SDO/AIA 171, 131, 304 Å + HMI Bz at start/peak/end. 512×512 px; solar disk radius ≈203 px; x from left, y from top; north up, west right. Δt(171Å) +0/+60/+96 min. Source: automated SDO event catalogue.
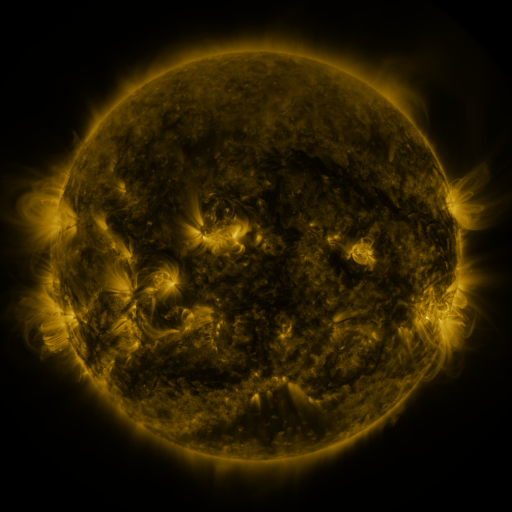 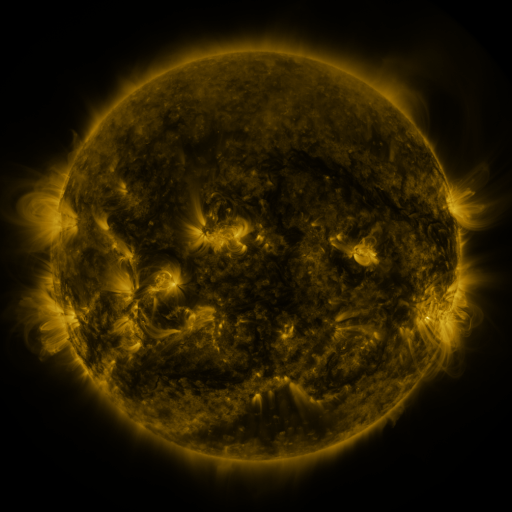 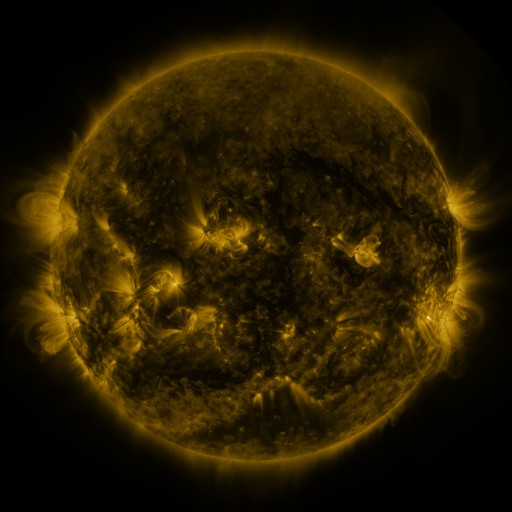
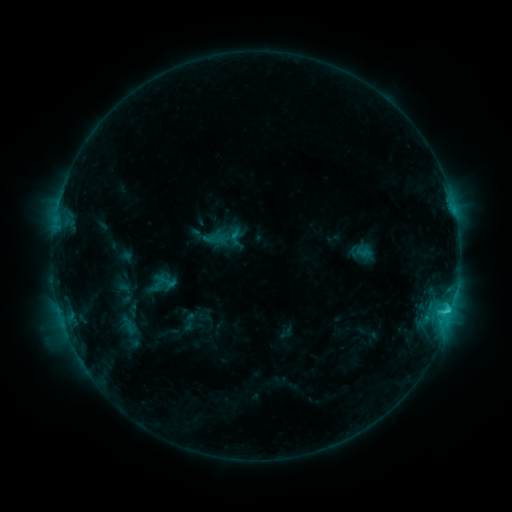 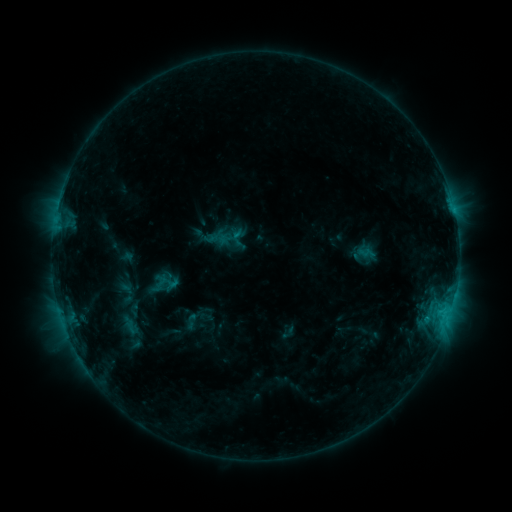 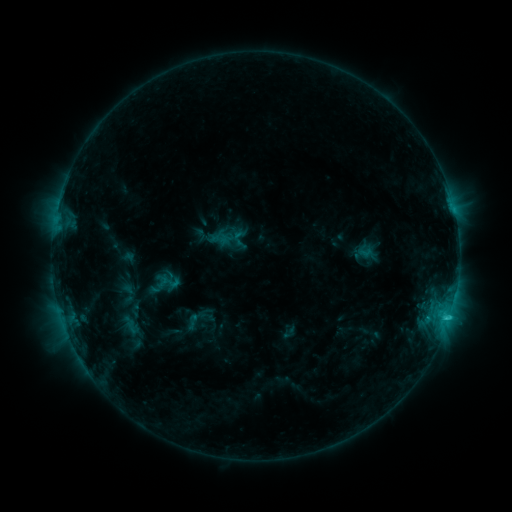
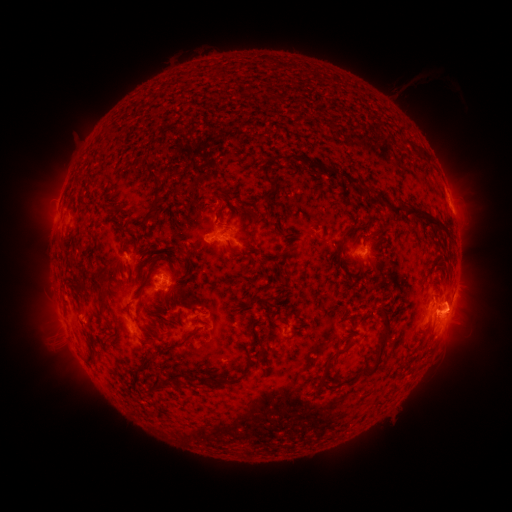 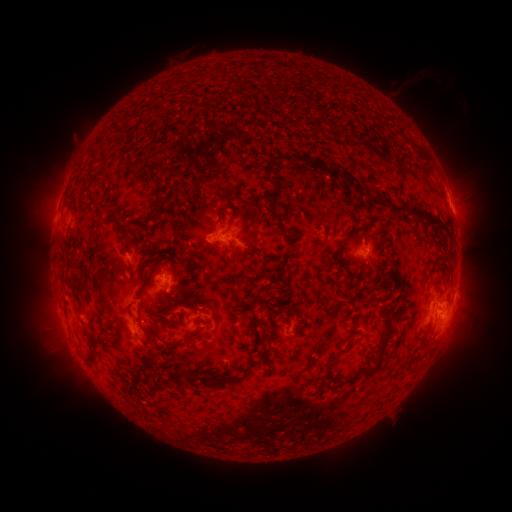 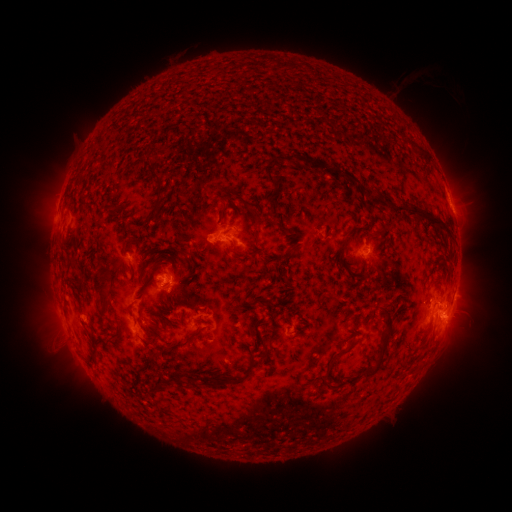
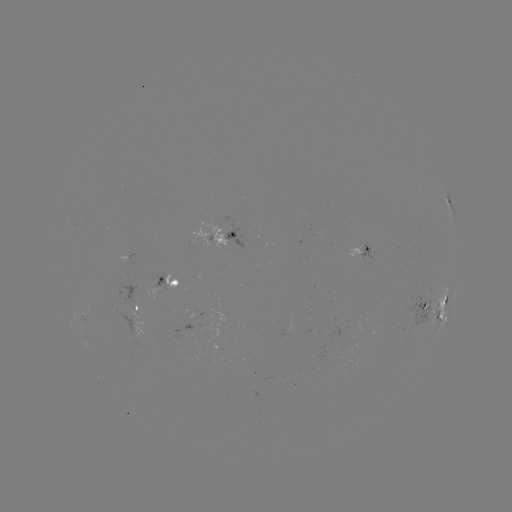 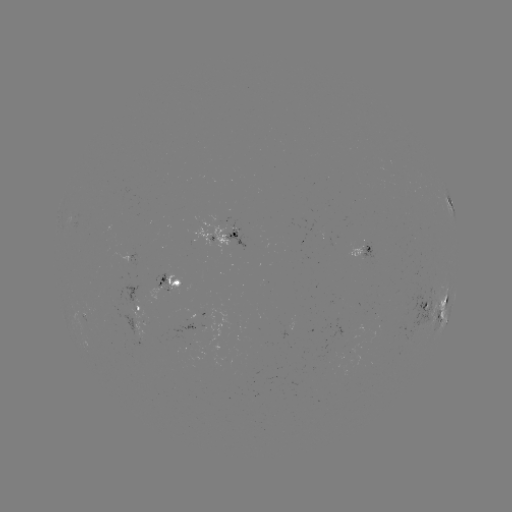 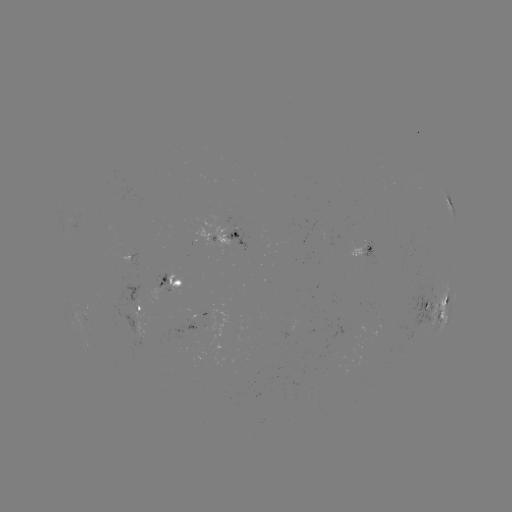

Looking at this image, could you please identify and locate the emerging-flux region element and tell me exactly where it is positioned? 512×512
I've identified emerging-flux region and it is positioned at (172, 286).